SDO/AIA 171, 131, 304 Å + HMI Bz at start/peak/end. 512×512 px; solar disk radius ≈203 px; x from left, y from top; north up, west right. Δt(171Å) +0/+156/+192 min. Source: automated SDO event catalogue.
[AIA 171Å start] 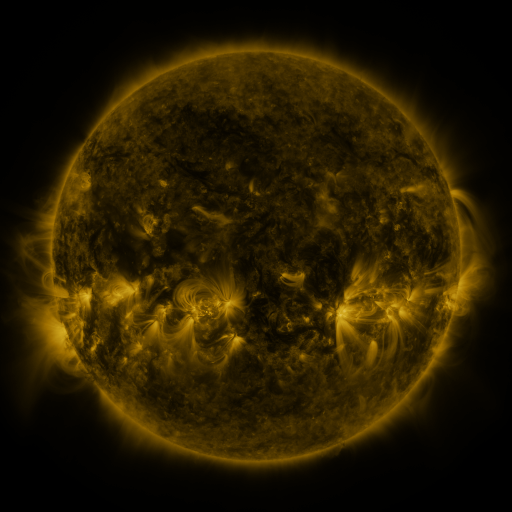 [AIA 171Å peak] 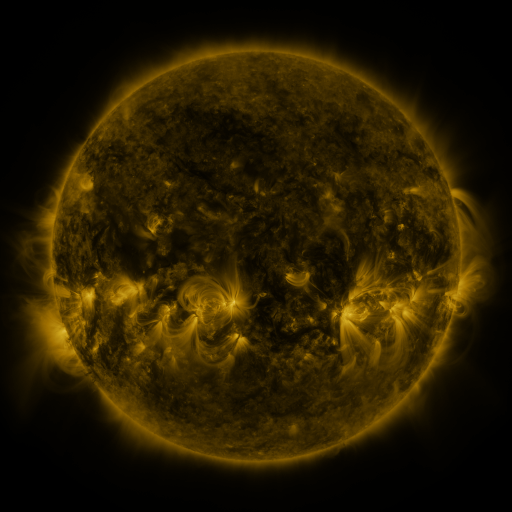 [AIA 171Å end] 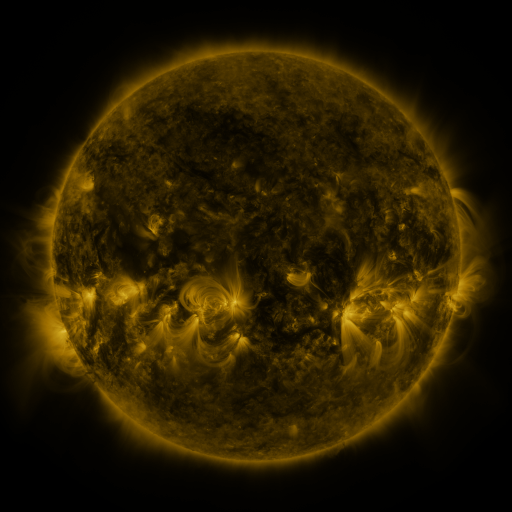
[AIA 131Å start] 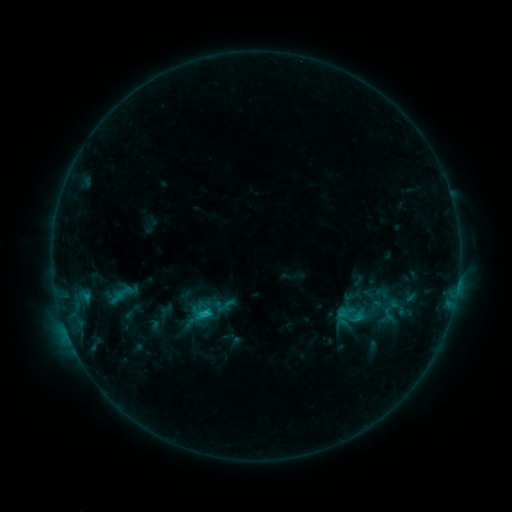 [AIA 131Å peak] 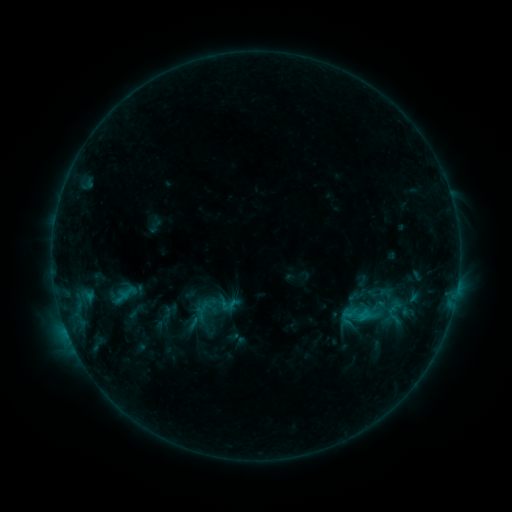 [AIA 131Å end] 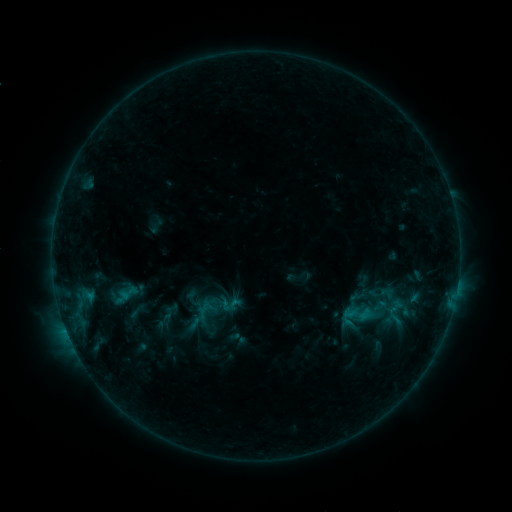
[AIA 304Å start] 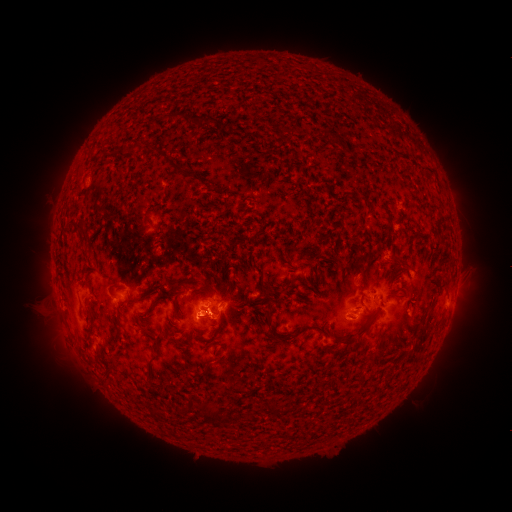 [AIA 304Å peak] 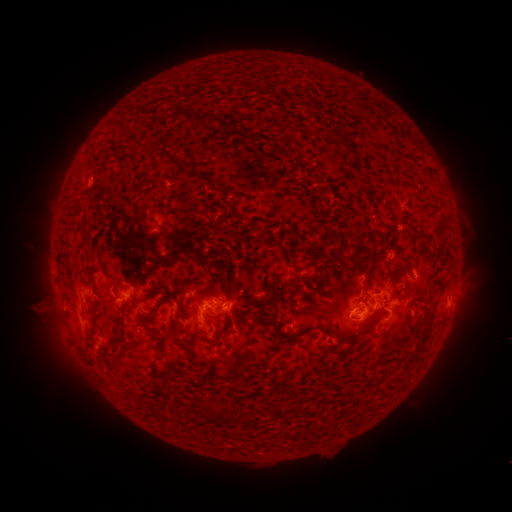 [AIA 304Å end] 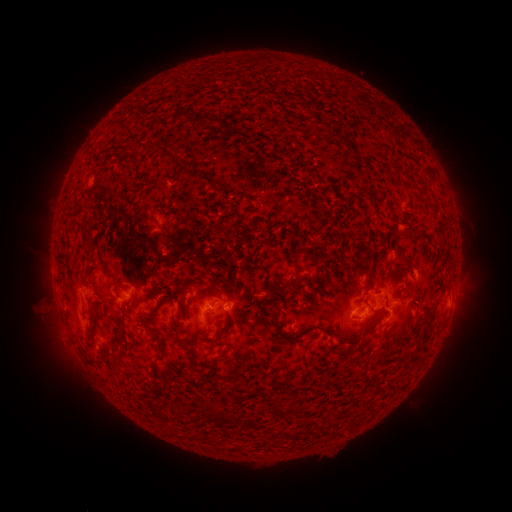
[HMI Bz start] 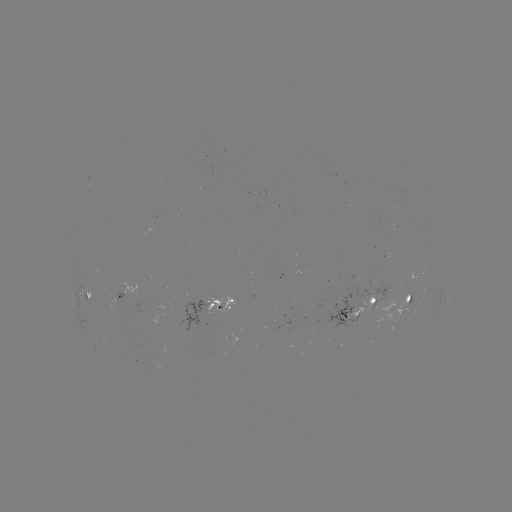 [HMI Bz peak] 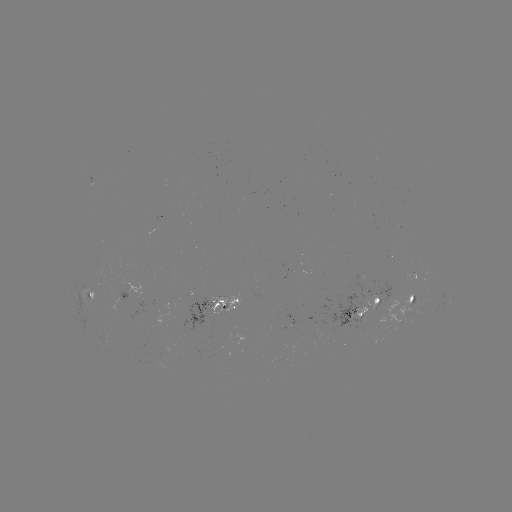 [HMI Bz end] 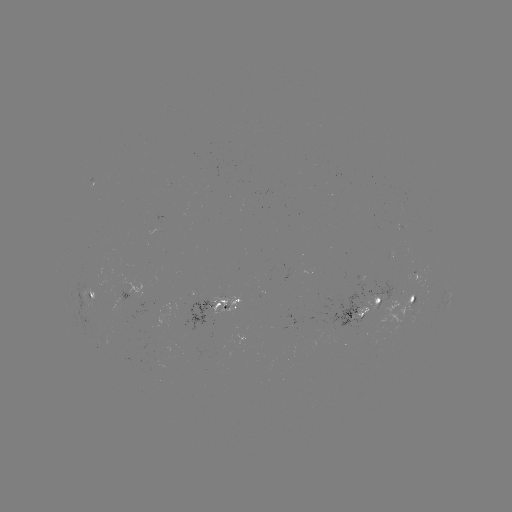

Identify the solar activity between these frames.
emerging-flux region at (410, 275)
